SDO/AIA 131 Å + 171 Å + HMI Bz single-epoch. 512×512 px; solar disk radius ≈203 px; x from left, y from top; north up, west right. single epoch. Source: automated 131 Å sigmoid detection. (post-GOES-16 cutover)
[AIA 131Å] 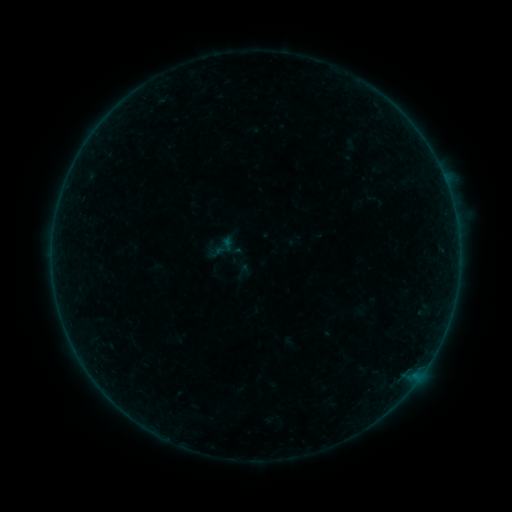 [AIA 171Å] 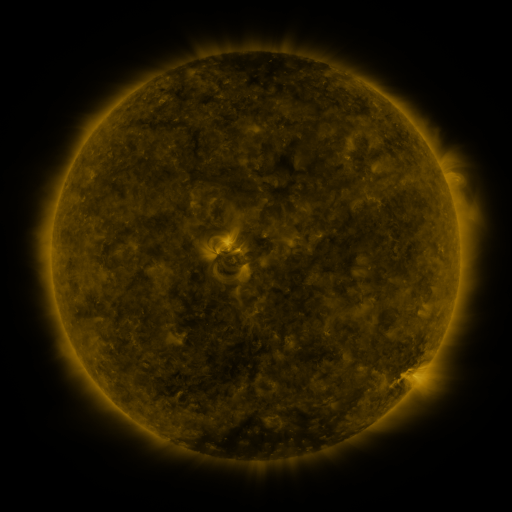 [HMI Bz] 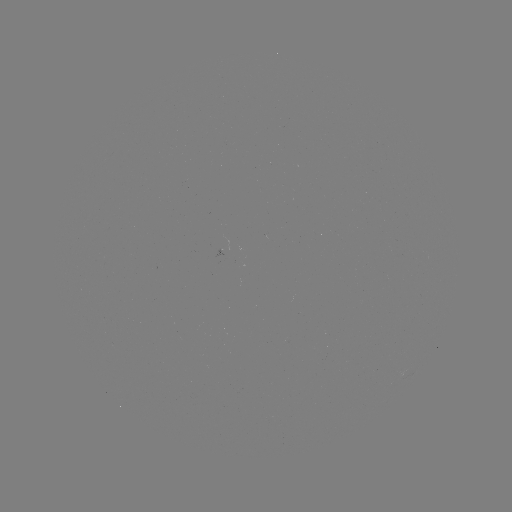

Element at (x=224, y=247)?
sigmoid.